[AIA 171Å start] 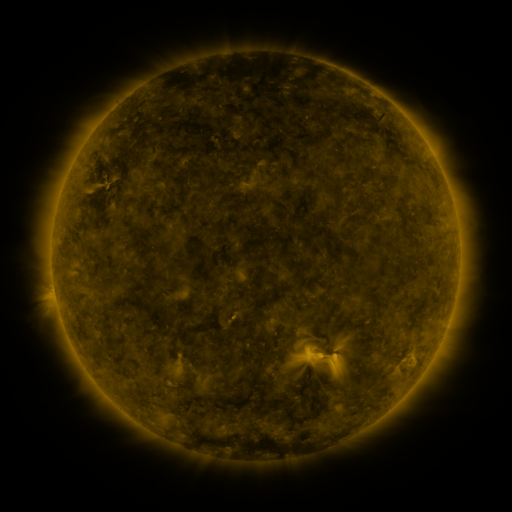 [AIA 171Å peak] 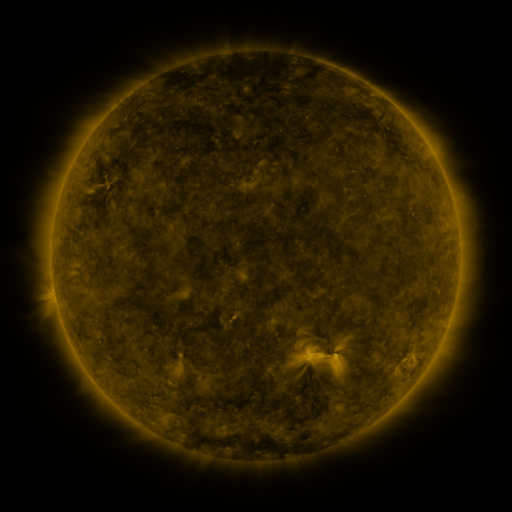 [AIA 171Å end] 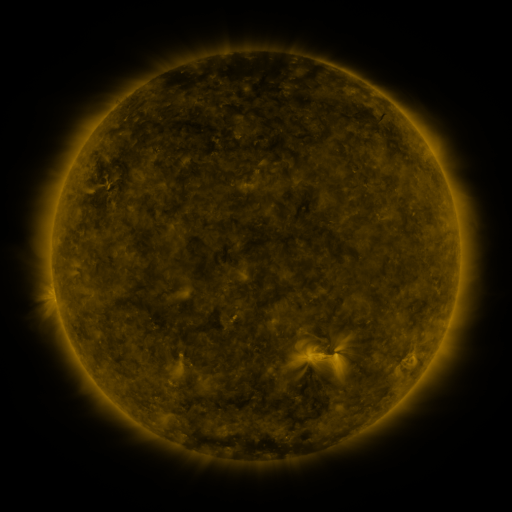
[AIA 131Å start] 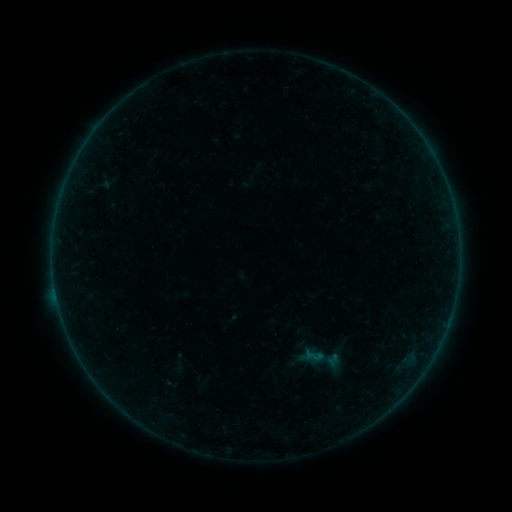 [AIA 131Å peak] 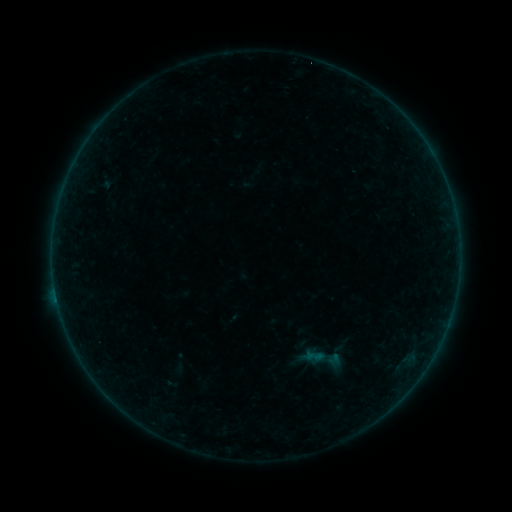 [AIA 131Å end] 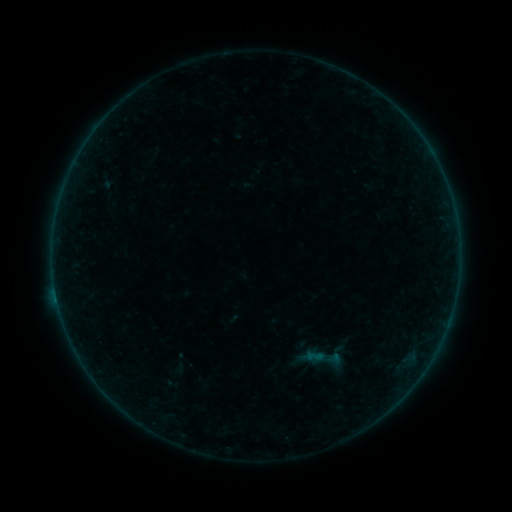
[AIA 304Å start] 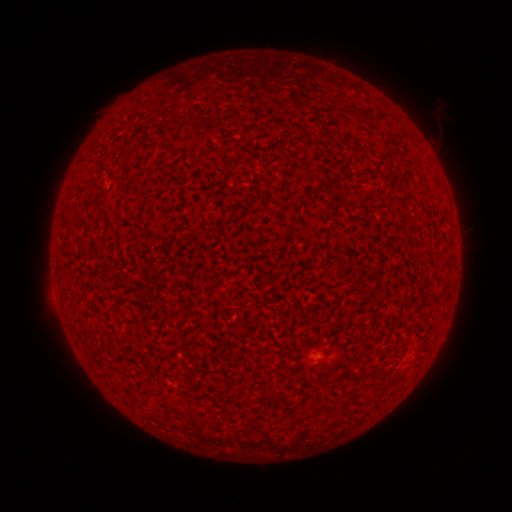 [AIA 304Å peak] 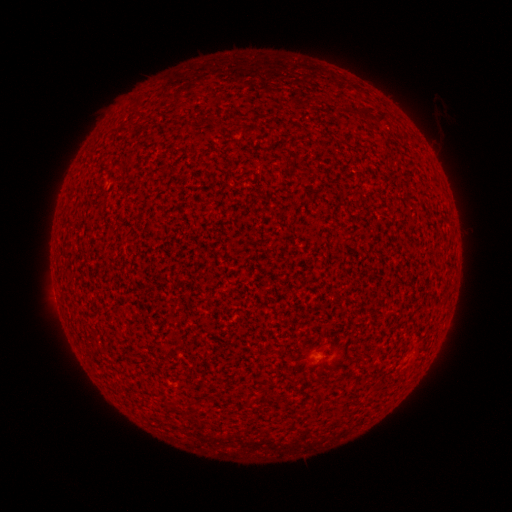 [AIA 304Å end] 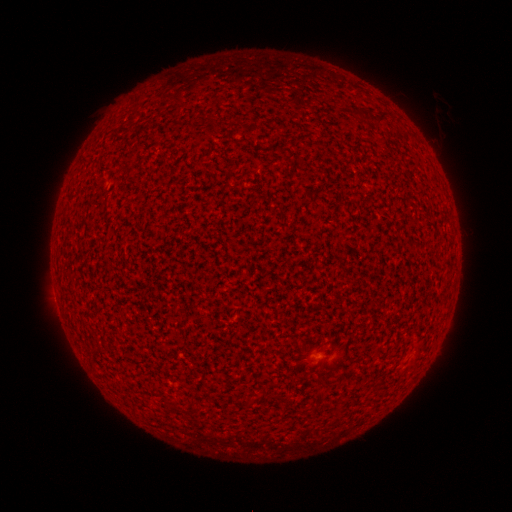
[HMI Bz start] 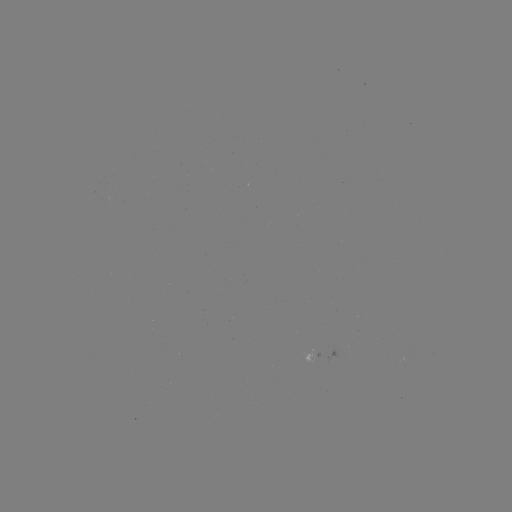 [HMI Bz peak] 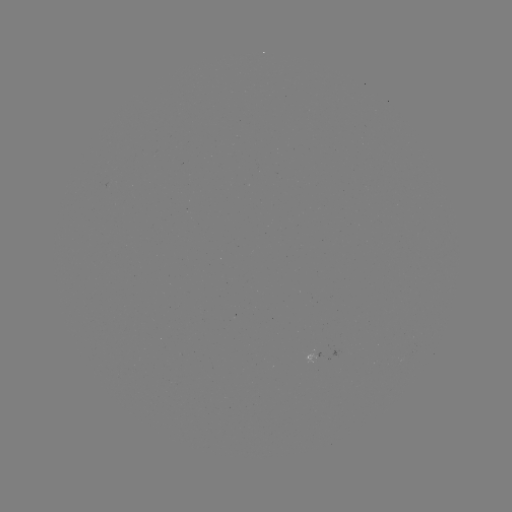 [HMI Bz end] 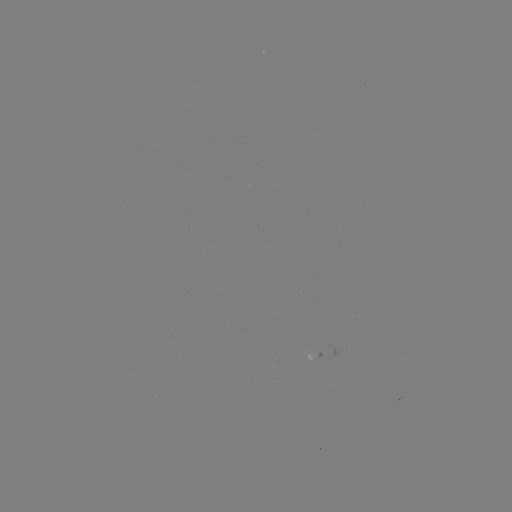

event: flare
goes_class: A6.4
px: (57, 298)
